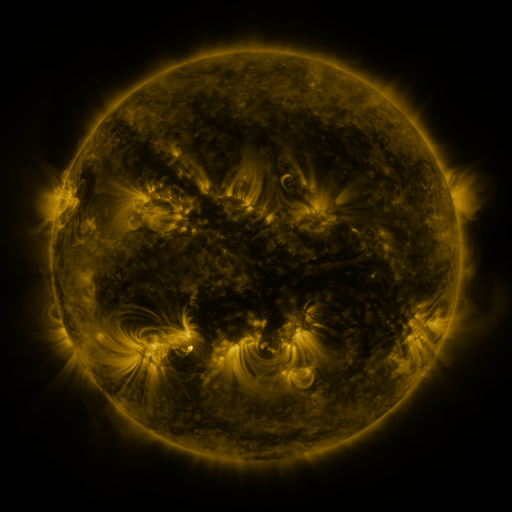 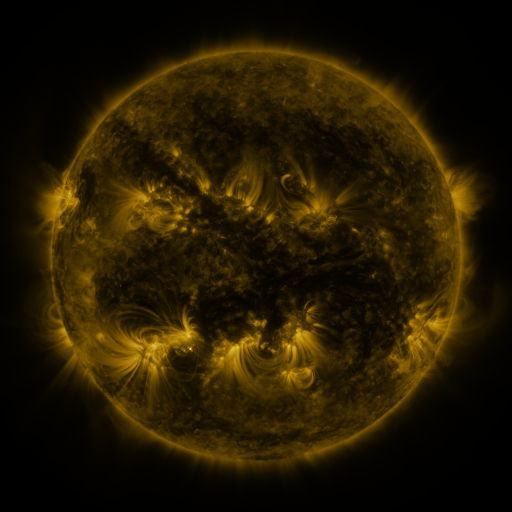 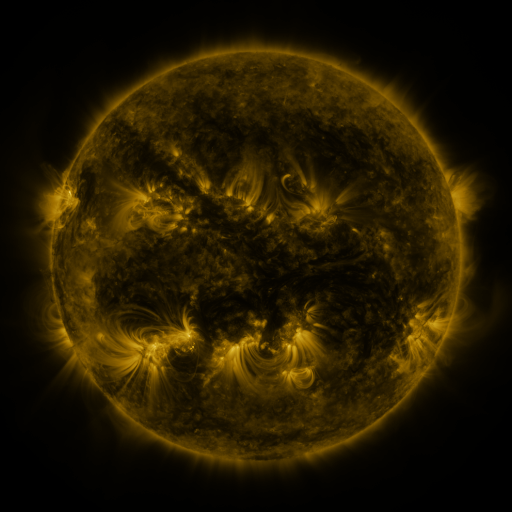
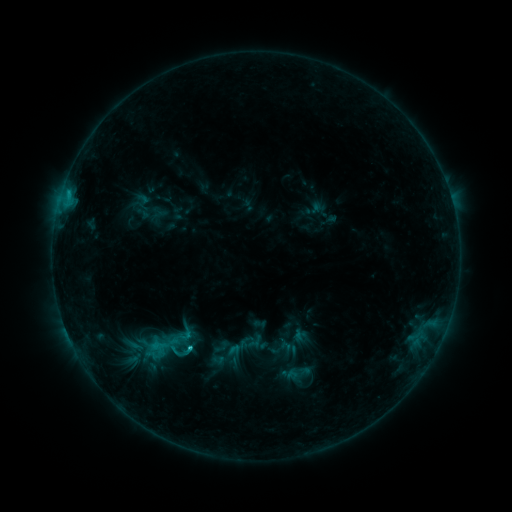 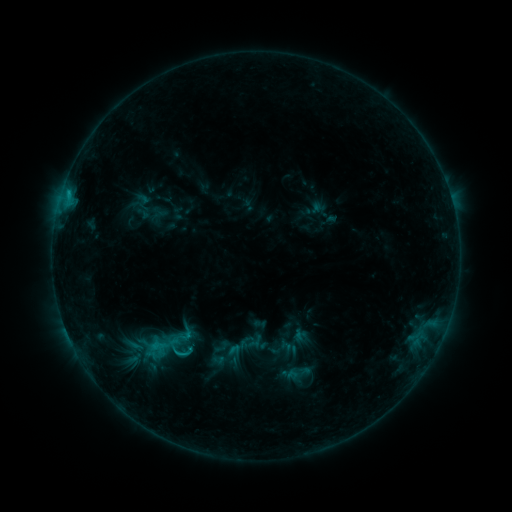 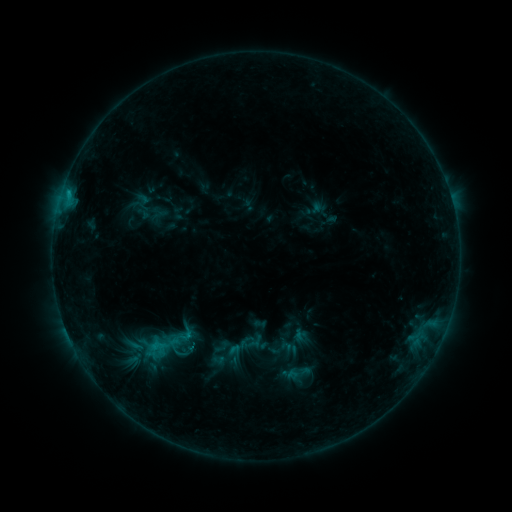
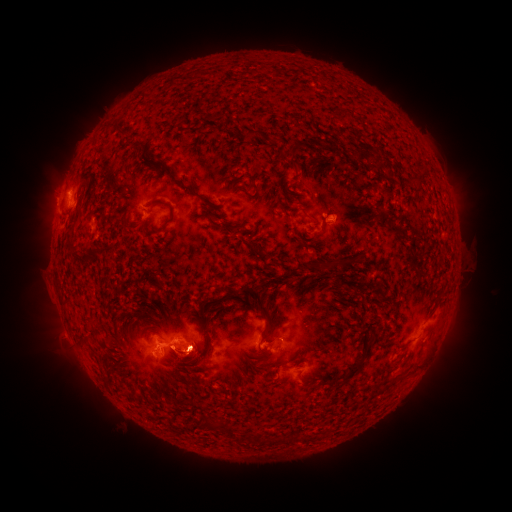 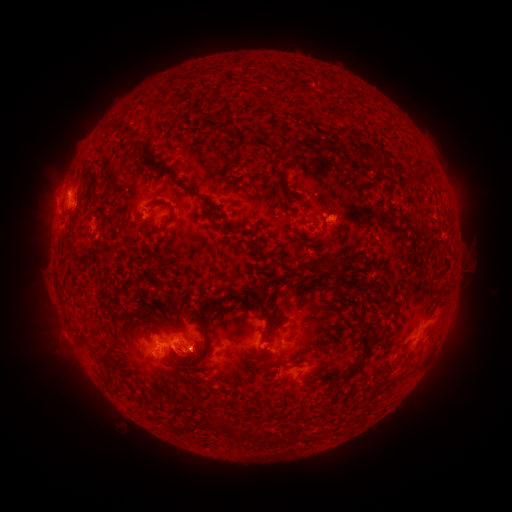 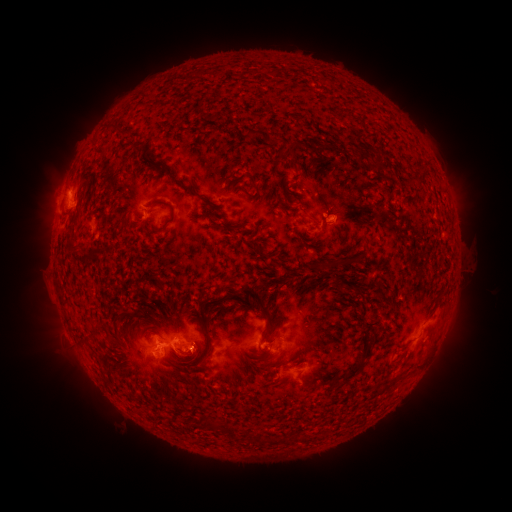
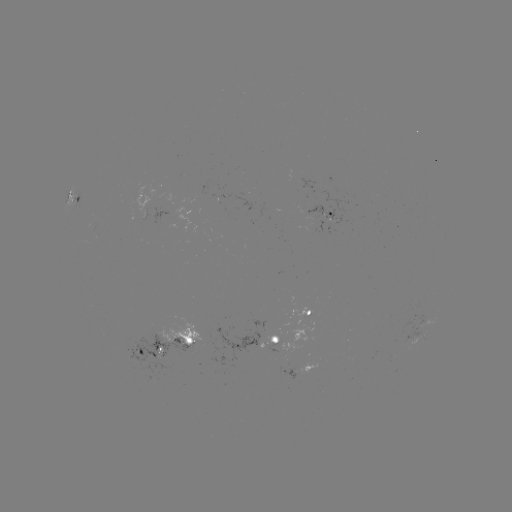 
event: eruption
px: (450, 336)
